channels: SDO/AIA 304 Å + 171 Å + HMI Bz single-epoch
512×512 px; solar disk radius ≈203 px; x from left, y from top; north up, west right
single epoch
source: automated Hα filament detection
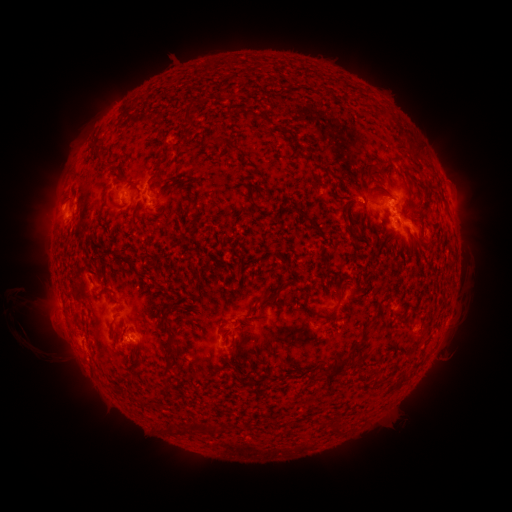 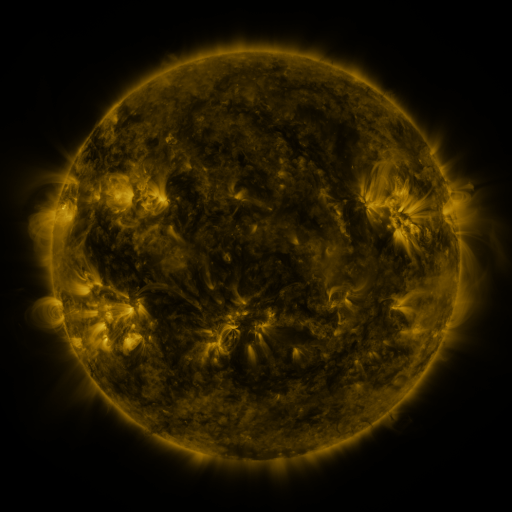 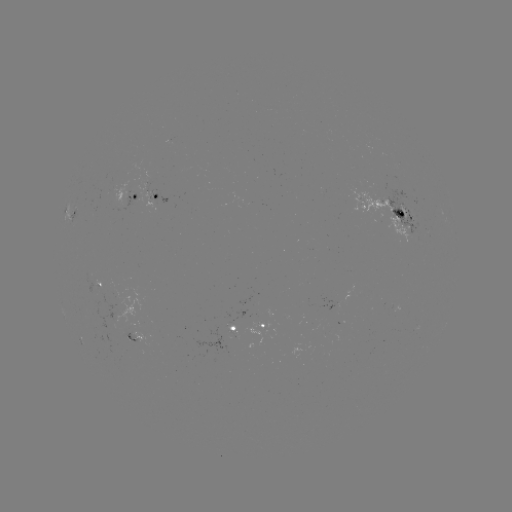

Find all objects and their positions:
filament: (249, 71)
filament: (186, 117)
filament: (225, 143)
filament: (93, 149)
filament: (416, 149)
filament: (427, 164)
filament: (157, 167)
filament: (133, 187)
filament: (250, 196)
filament: (106, 204)
filament: (349, 225)
filament: (423, 241)
filament: (123, 261)
filament: (340, 293)
filament: (271, 299)
filament: (177, 307)
filament: (312, 310)
filament: (87, 325)
filament: (167, 329)
filament: (235, 350)
filament: (349, 361)
filament: (170, 362)
filament: (283, 378)
filament: (255, 379)
filament: (205, 428)
filament: (338, 428)
filament: (172, 429)
